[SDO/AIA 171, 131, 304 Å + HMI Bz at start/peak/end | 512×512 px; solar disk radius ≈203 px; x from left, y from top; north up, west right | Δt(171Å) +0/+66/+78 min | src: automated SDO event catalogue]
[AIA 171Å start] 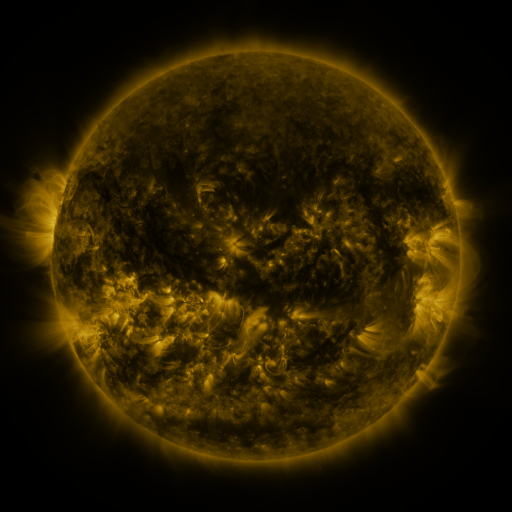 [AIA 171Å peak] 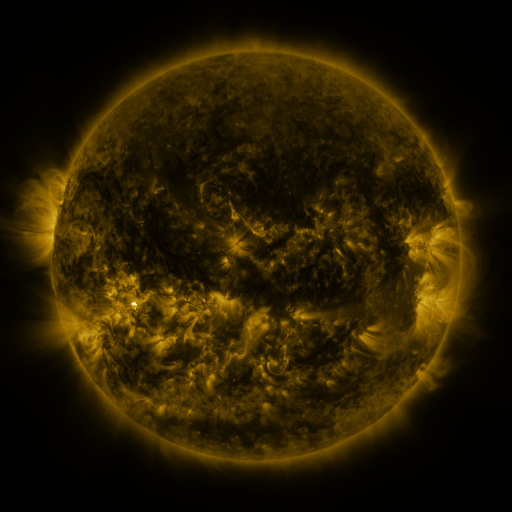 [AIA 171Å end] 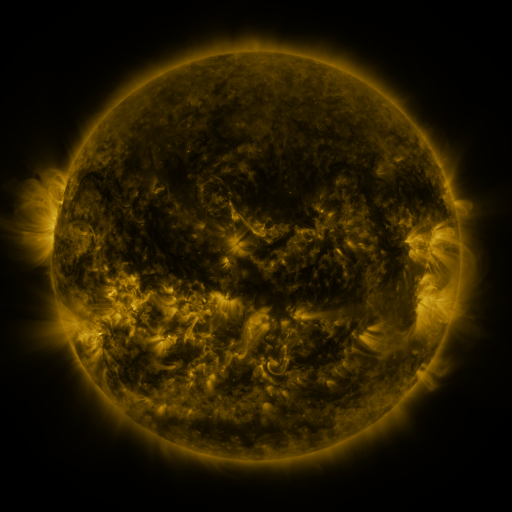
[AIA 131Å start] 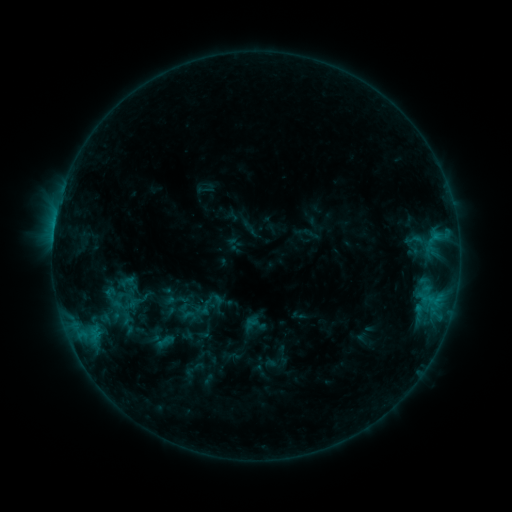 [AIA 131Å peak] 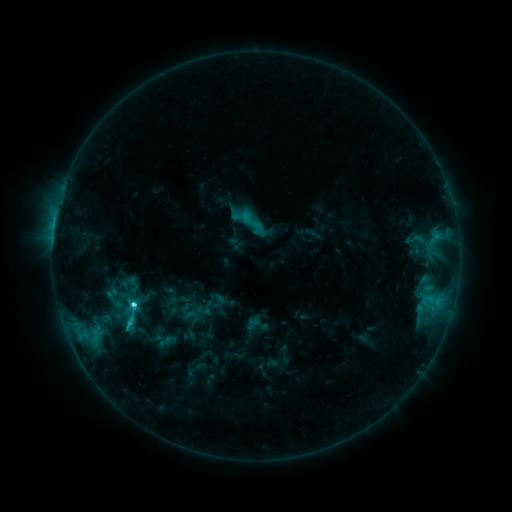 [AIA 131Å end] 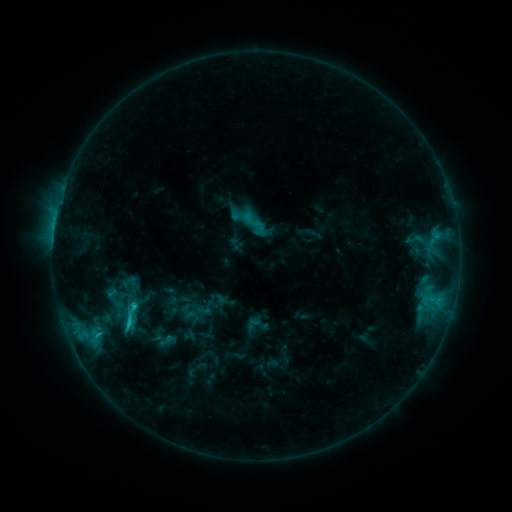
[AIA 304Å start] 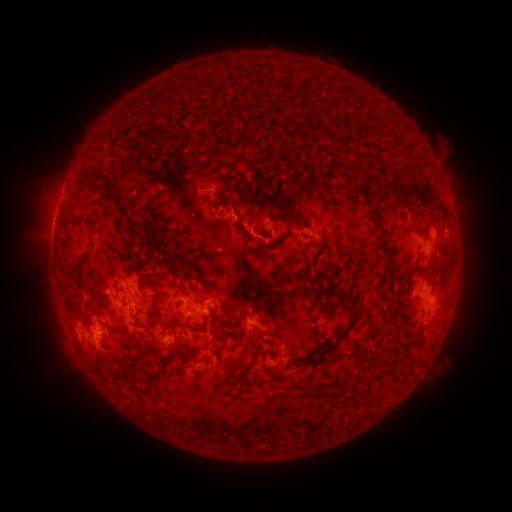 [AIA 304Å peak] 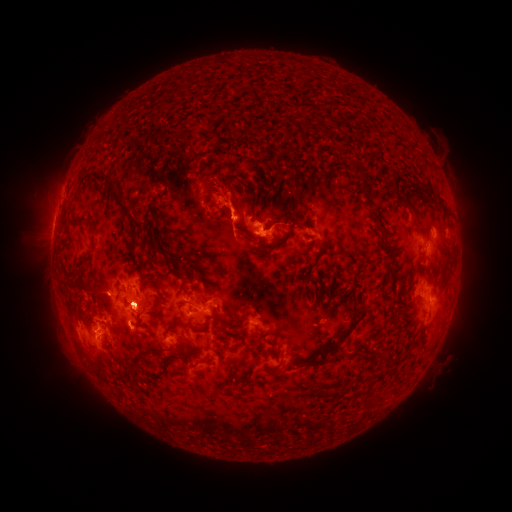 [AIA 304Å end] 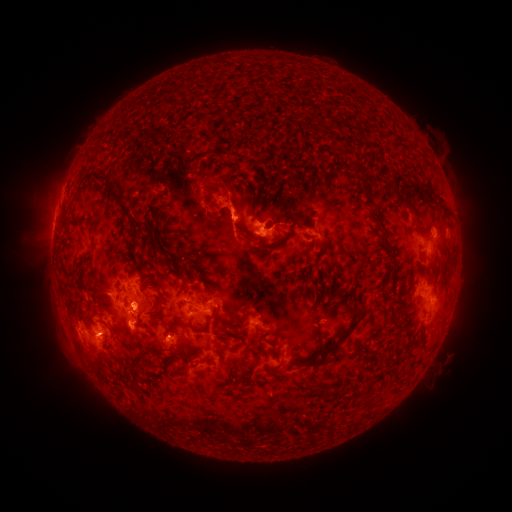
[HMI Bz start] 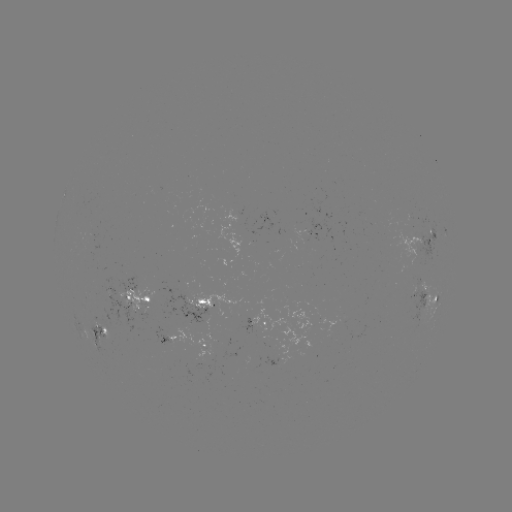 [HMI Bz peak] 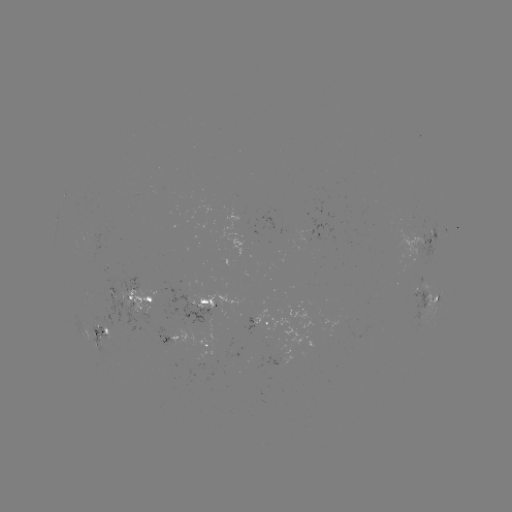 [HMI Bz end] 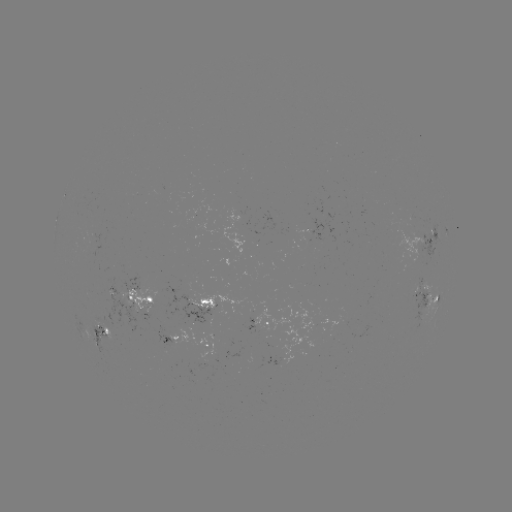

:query C4.8 flare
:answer [134, 303]